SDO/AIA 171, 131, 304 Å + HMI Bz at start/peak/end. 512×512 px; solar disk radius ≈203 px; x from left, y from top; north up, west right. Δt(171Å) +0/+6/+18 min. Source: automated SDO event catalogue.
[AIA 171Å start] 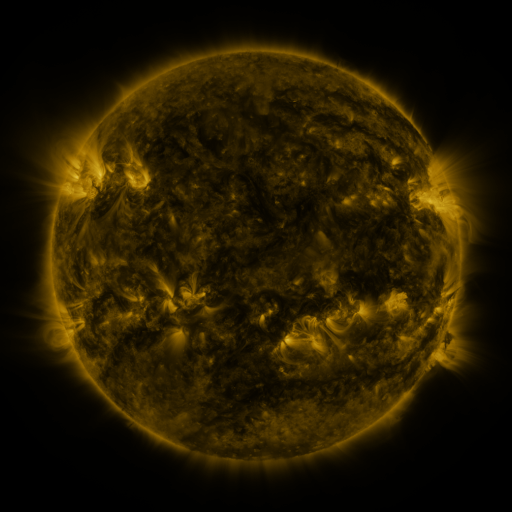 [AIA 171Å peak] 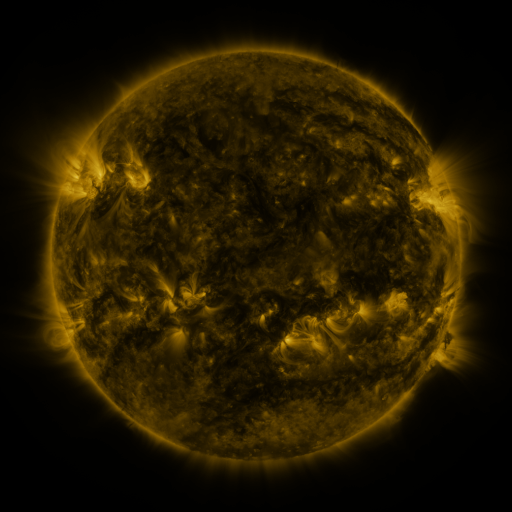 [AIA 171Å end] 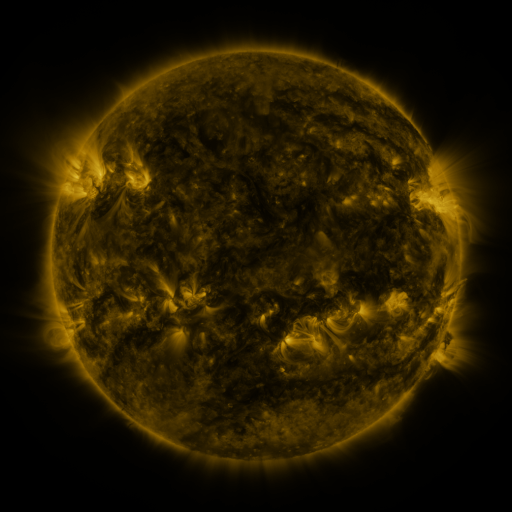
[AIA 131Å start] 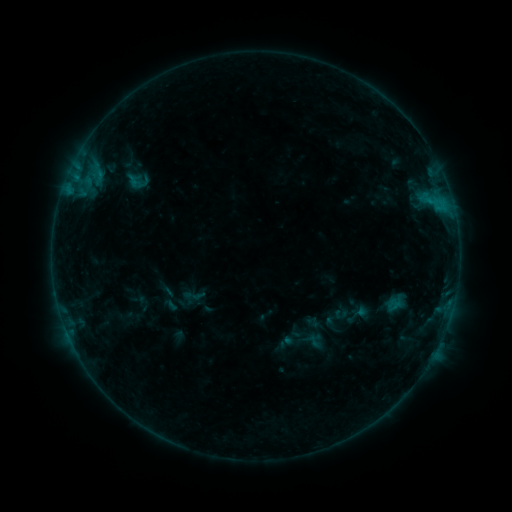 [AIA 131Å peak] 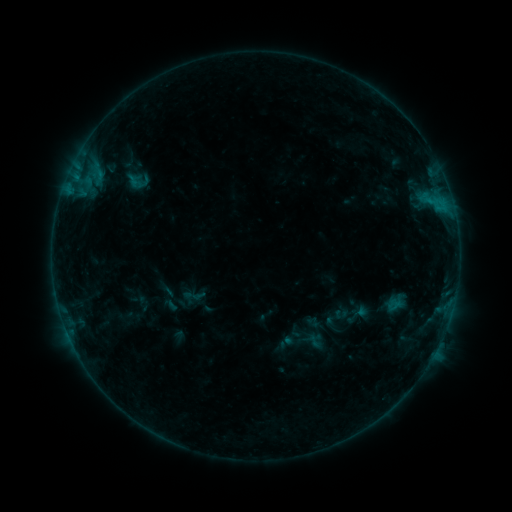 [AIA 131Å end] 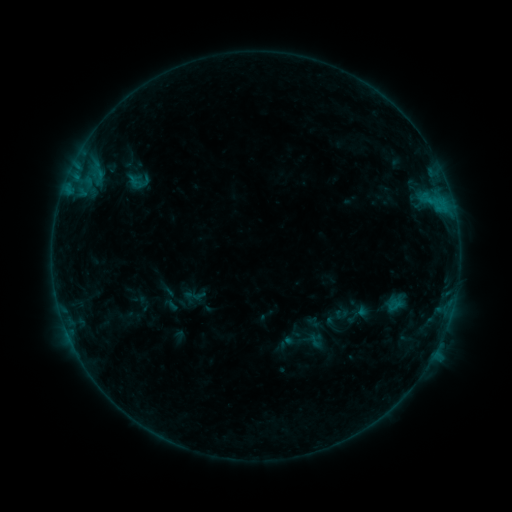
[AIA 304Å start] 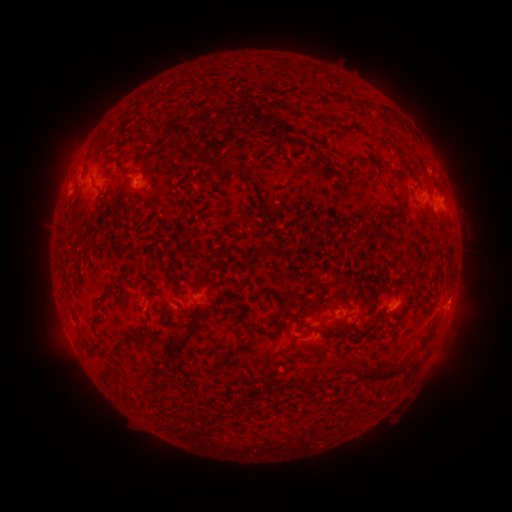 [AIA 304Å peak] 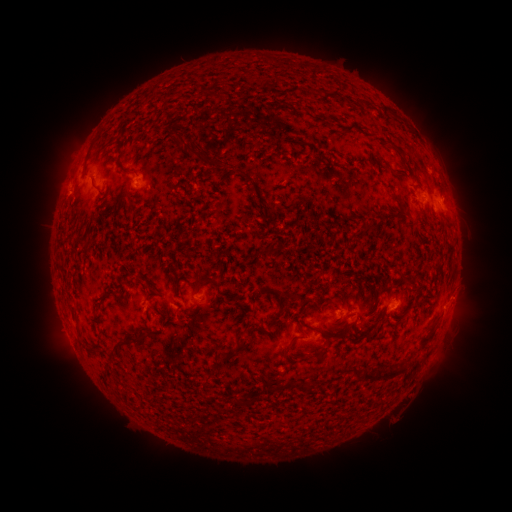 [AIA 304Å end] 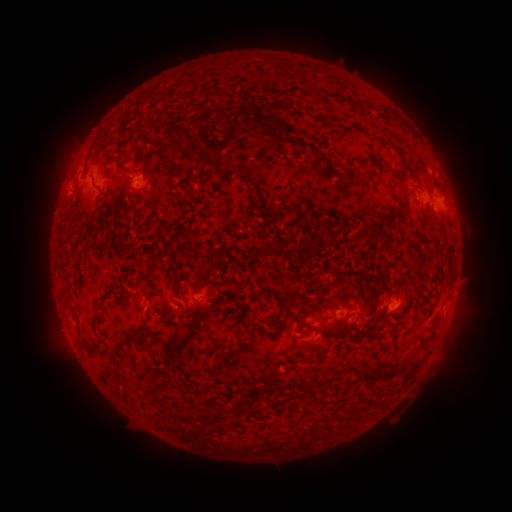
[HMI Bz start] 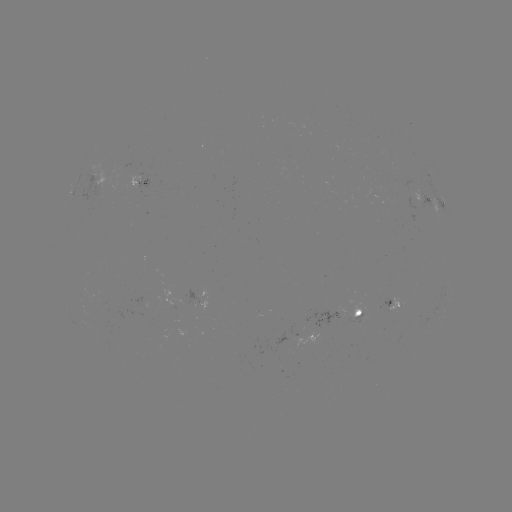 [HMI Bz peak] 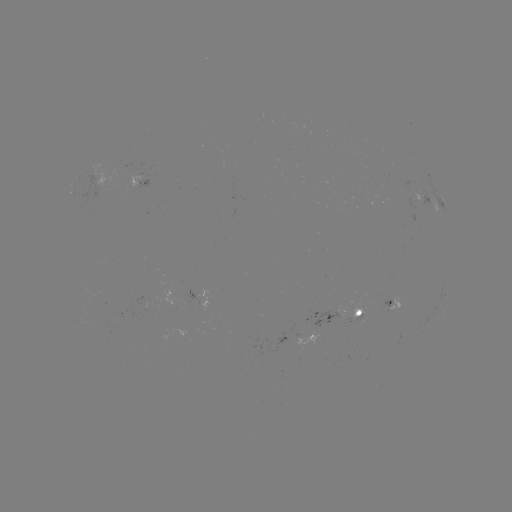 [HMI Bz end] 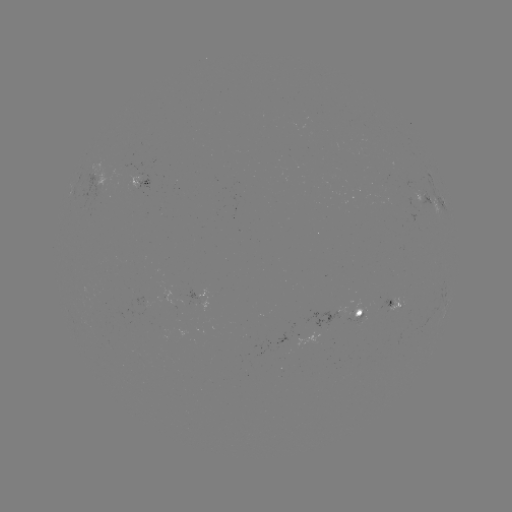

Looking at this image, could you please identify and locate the eruption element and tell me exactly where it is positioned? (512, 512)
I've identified eruption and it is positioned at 463,290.